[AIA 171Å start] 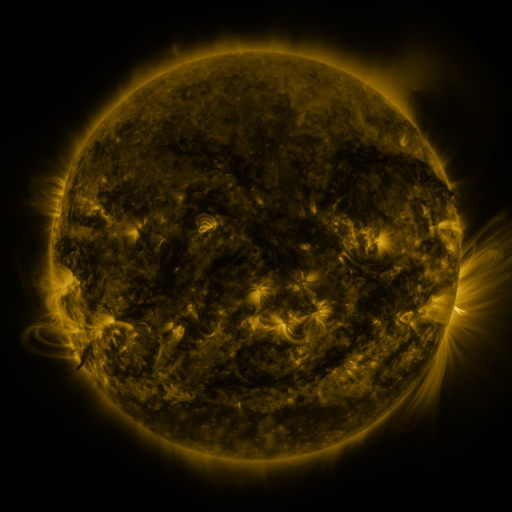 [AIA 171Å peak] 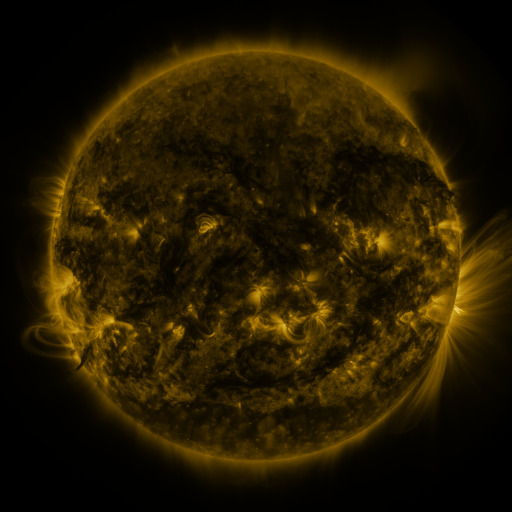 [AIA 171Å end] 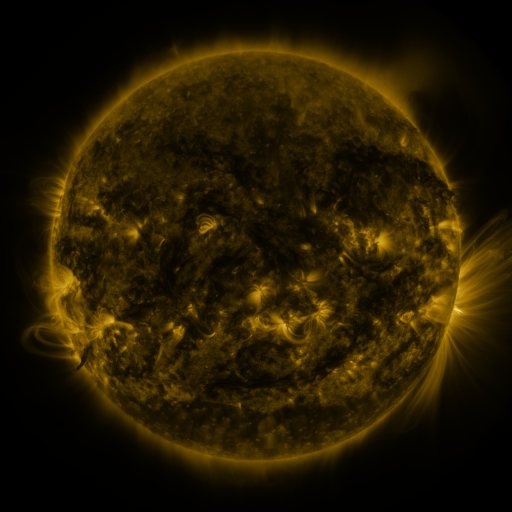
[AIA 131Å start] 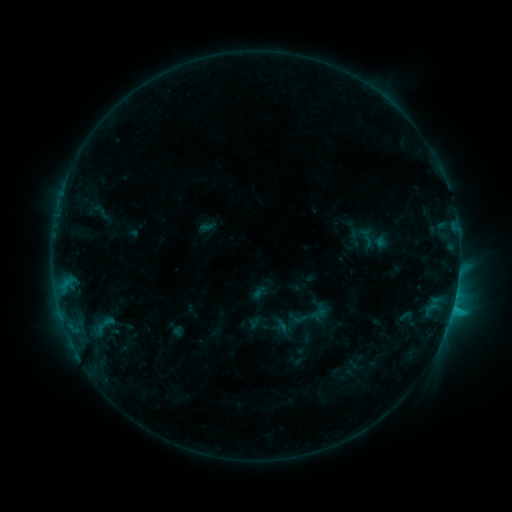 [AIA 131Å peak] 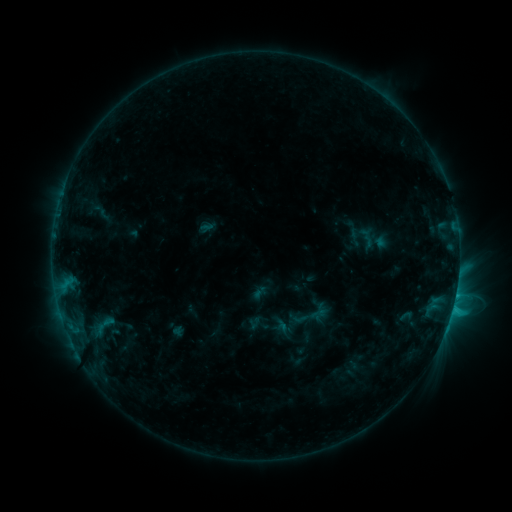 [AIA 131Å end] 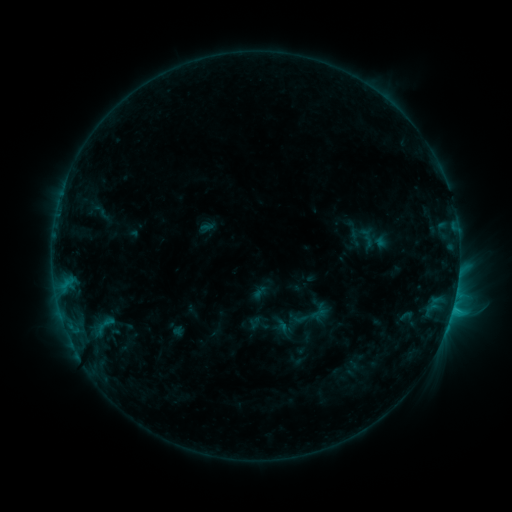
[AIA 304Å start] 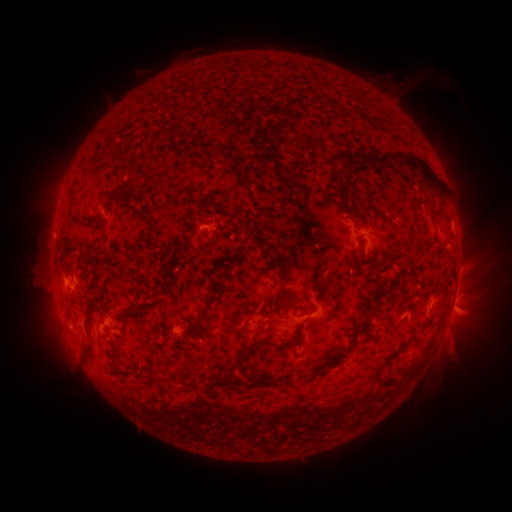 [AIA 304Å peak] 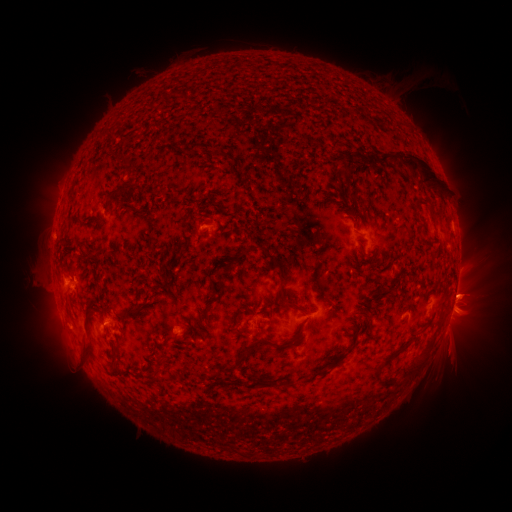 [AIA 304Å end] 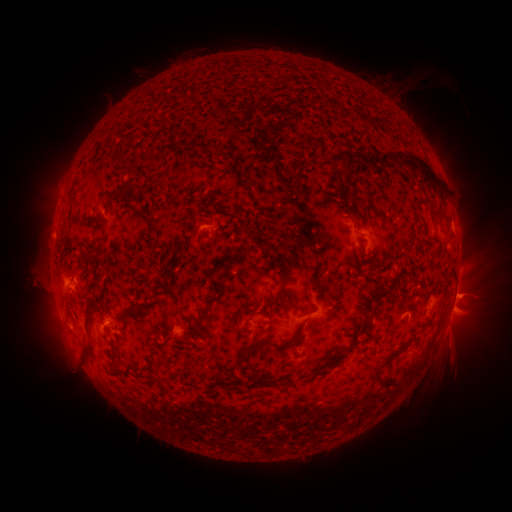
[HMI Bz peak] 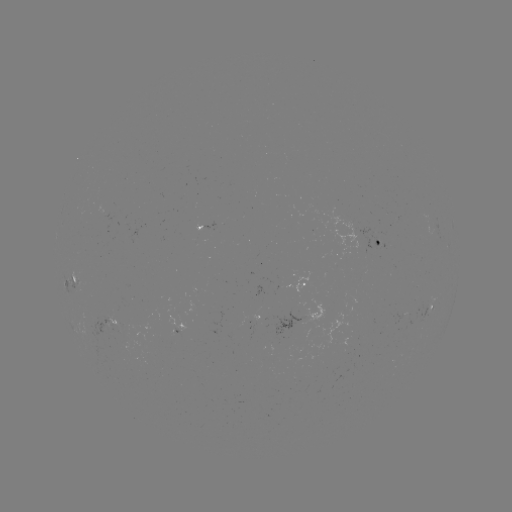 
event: eruption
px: (465, 290)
